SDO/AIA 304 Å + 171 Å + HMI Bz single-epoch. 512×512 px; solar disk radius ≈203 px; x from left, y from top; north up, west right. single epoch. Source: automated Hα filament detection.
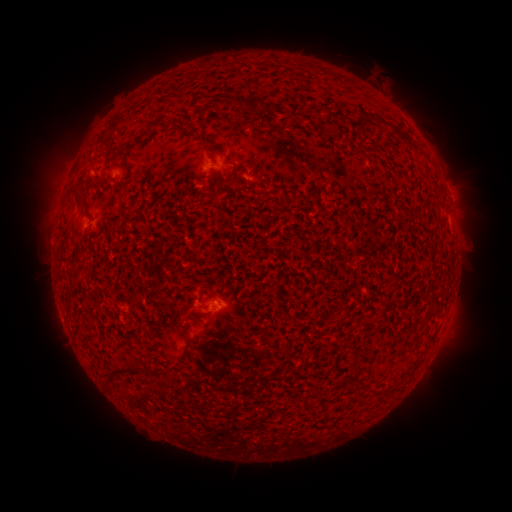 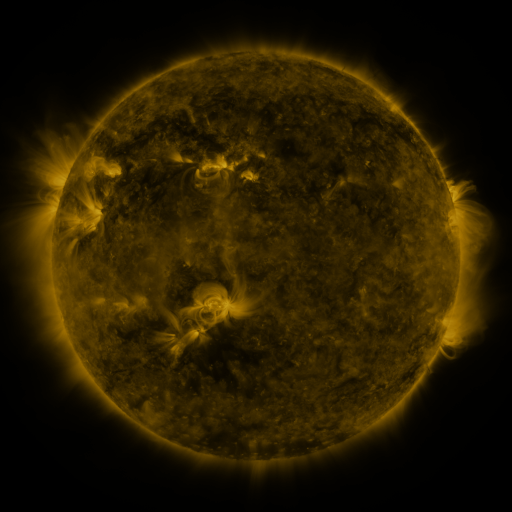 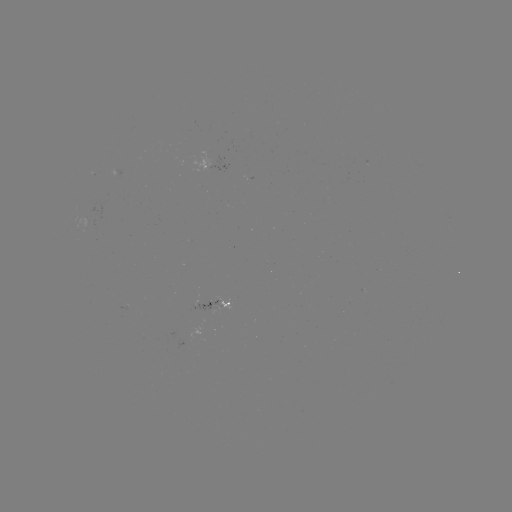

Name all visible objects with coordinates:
filament: (232, 94, 266, 113)
filament: (362, 113, 377, 122)
filament: (379, 120, 392, 127)
filament: (146, 122, 156, 134)
filament: (179, 124, 187, 133)
filament: (395, 130, 405, 138)
filament: (98, 136, 111, 145)
filament: (106, 149, 120, 158)
filament: (232, 165, 245, 174)
filament: (74, 191, 83, 202)
filament: (283, 344, 290, 359)
filament: (108, 360, 142, 381)
filament: (144, 367, 159, 376)
